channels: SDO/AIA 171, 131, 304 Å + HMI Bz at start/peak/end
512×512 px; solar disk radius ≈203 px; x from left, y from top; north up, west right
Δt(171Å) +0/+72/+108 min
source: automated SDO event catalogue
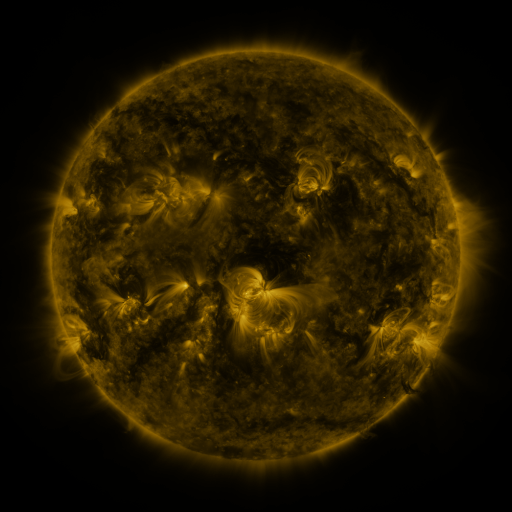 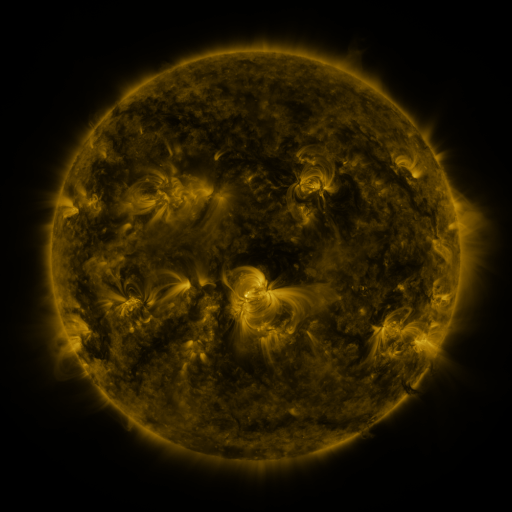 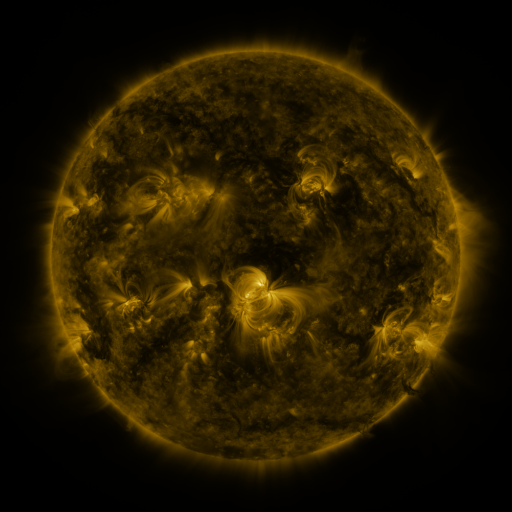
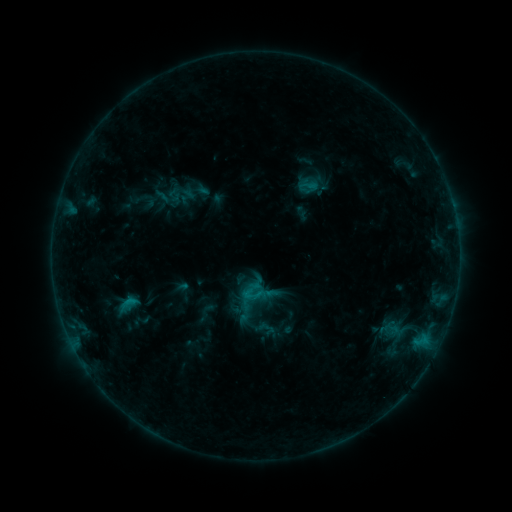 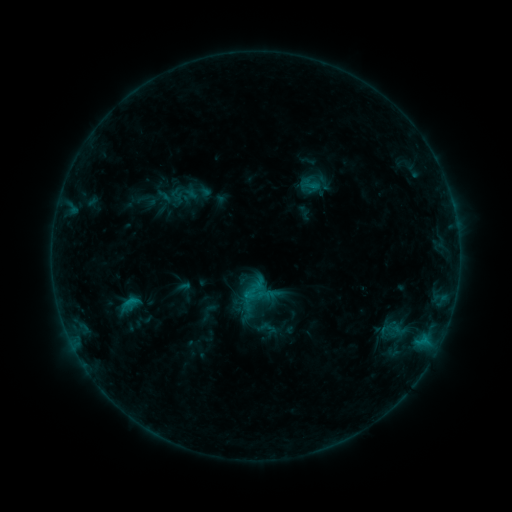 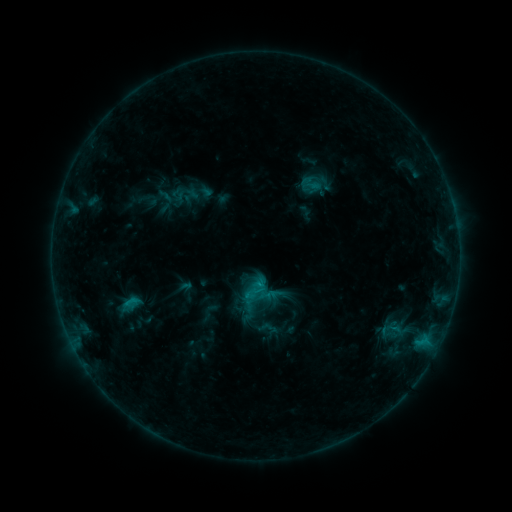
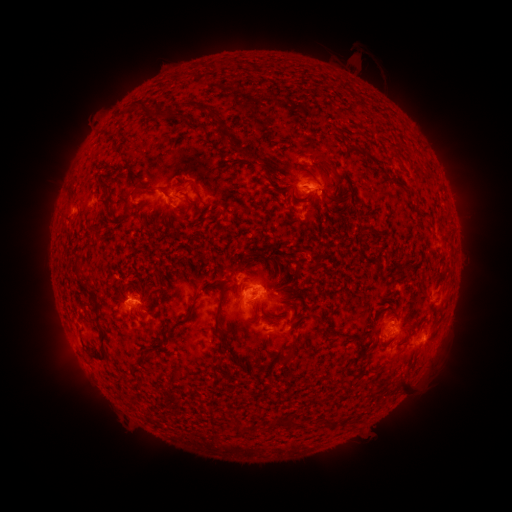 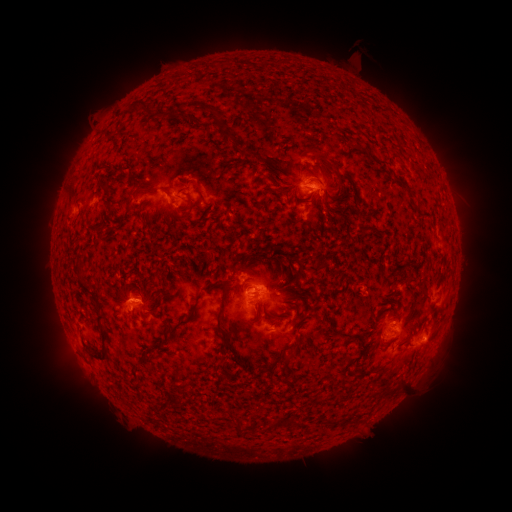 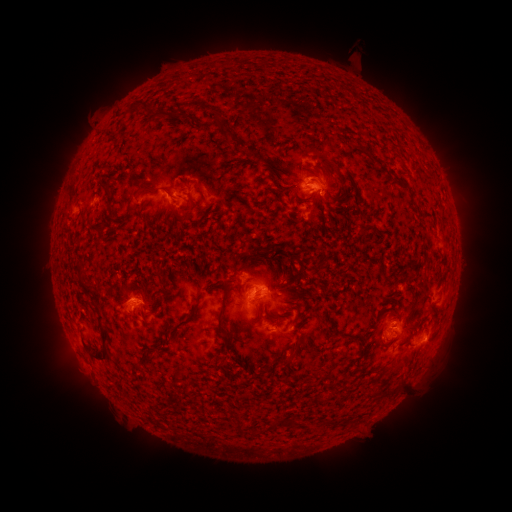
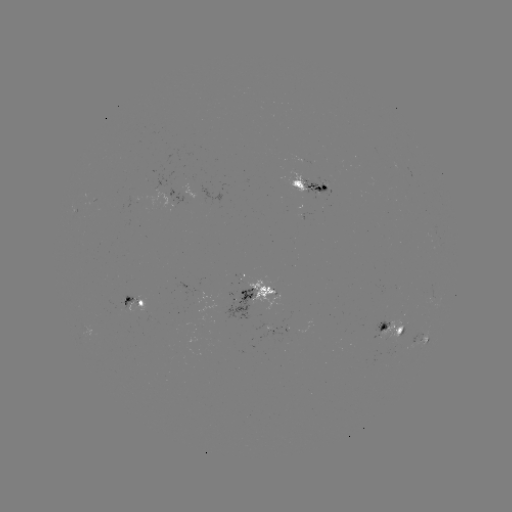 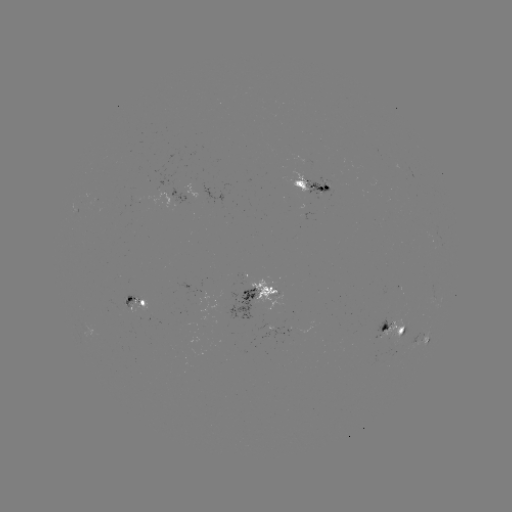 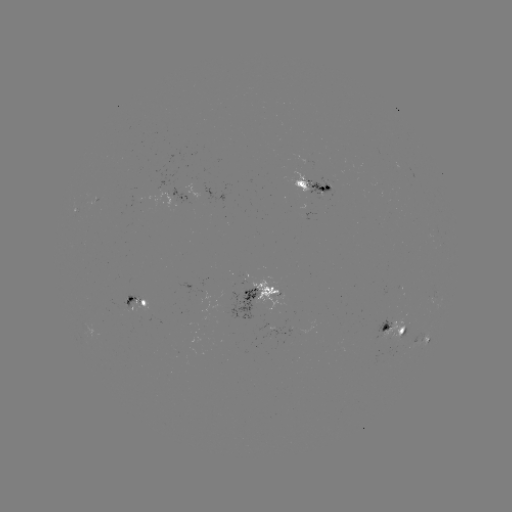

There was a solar emerging-flux region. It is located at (283, 330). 